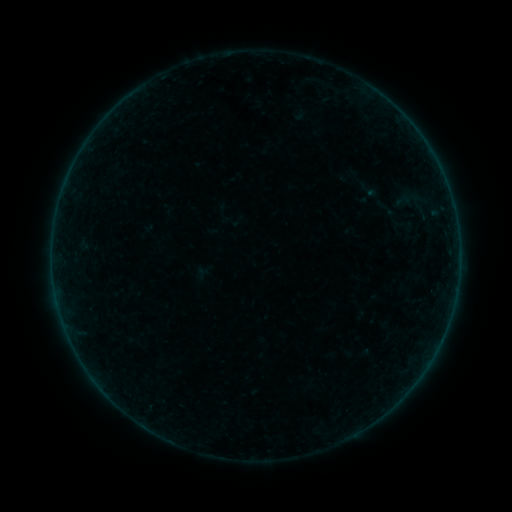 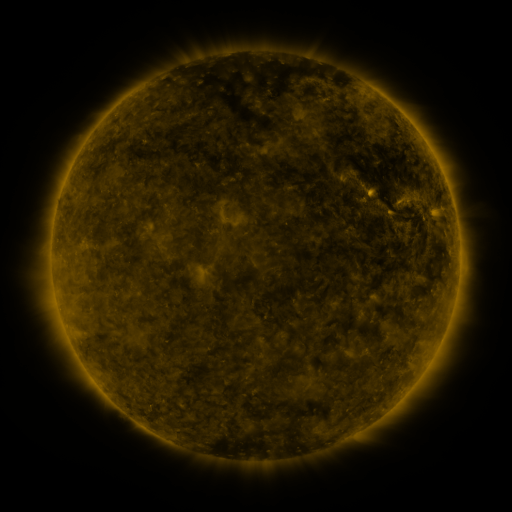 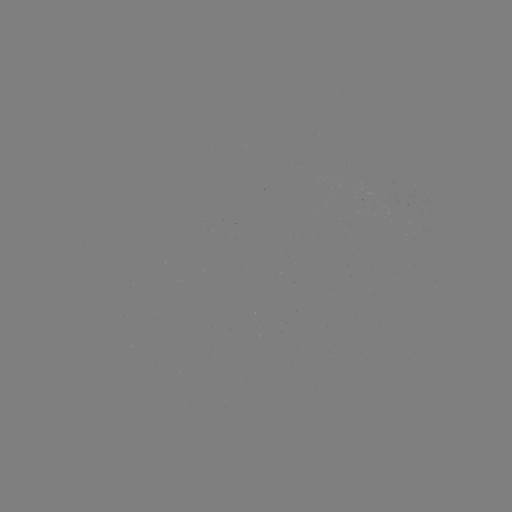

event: sigmoid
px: (370, 189)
